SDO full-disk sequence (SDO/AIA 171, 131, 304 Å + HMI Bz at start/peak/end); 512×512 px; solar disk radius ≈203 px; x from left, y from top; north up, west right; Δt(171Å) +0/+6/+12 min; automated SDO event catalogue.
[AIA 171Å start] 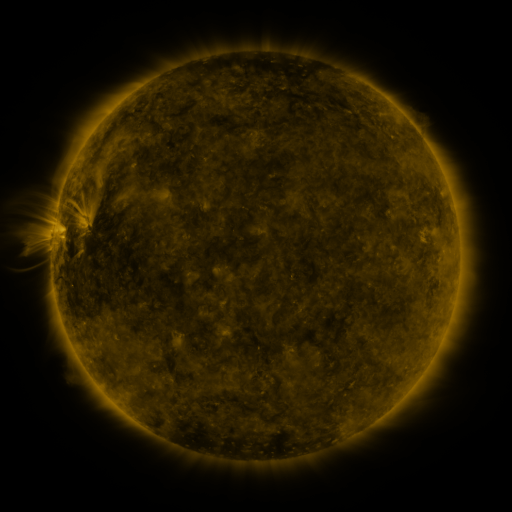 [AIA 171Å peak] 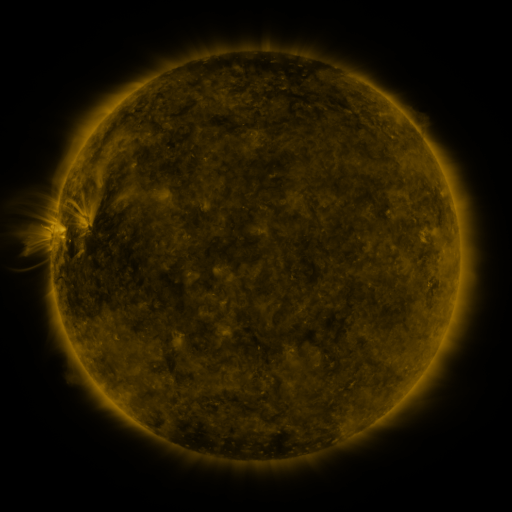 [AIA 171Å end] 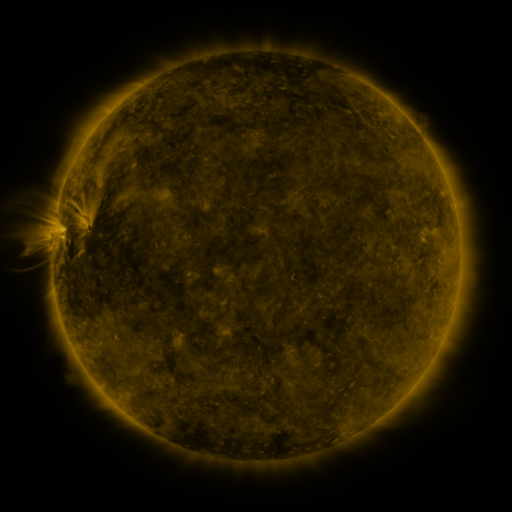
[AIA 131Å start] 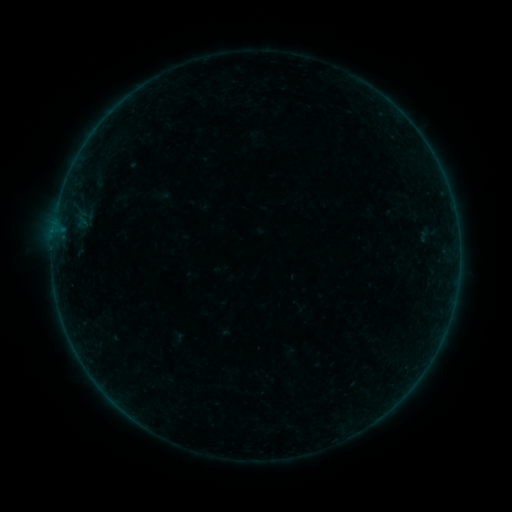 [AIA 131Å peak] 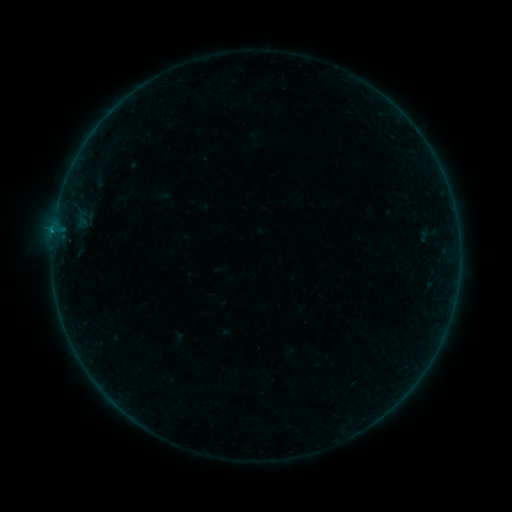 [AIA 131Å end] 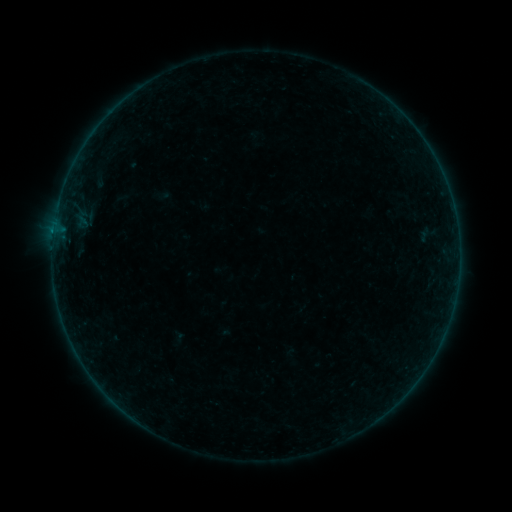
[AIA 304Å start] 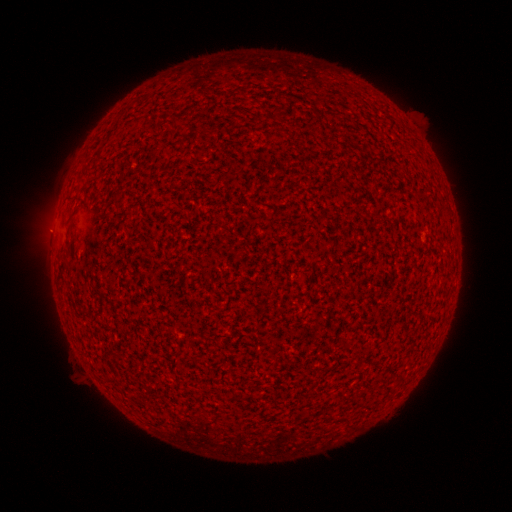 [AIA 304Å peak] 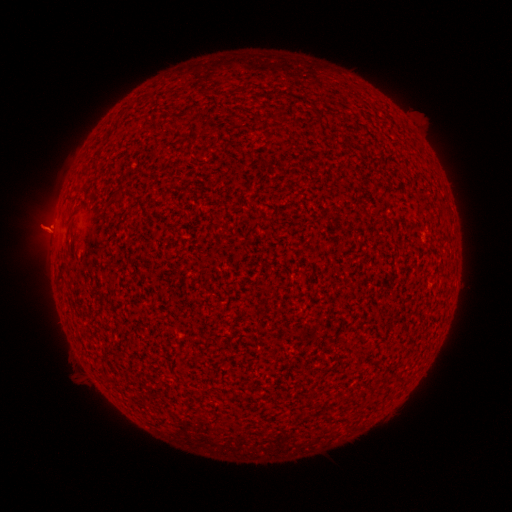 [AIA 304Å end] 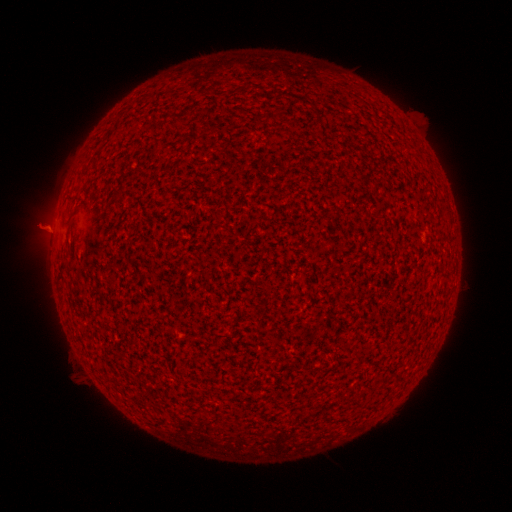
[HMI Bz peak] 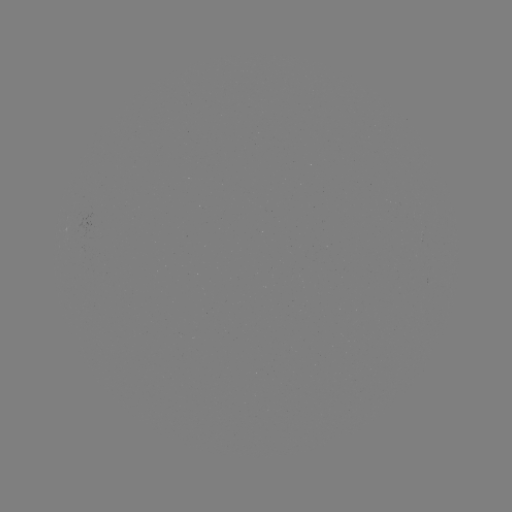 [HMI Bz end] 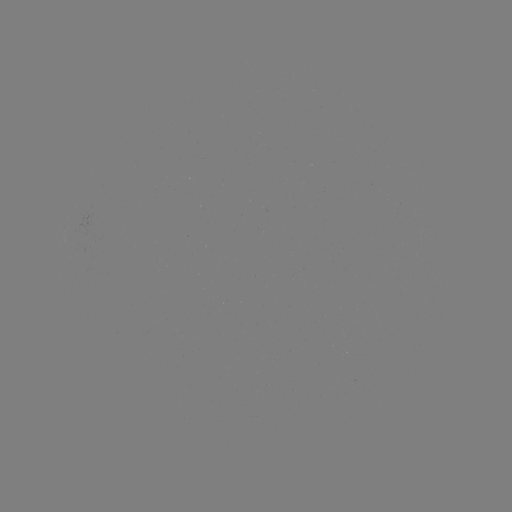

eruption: [27, 209, 77, 261]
